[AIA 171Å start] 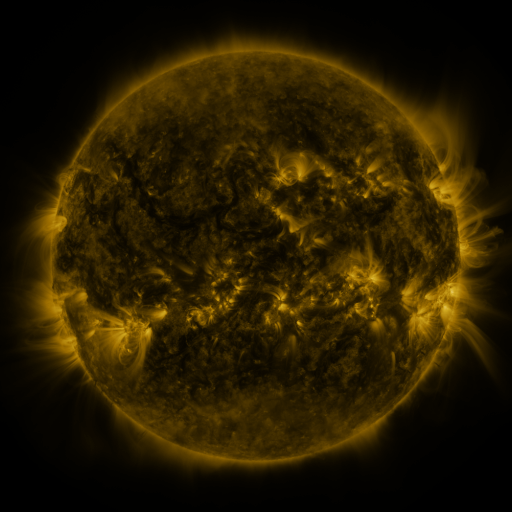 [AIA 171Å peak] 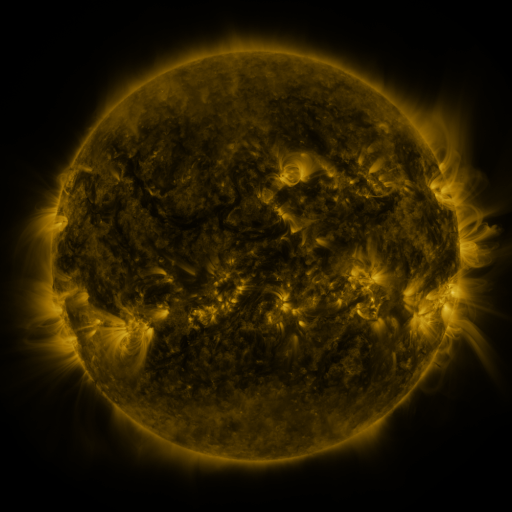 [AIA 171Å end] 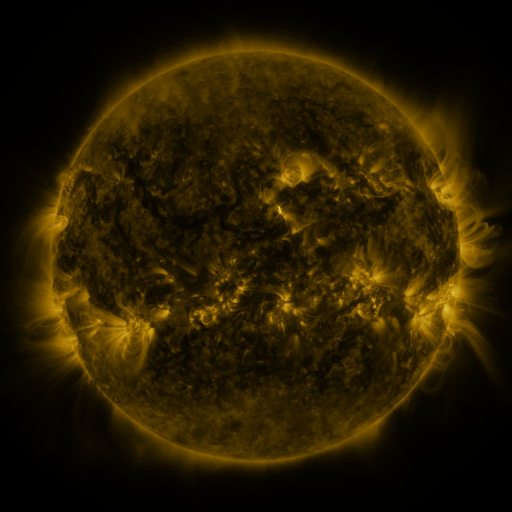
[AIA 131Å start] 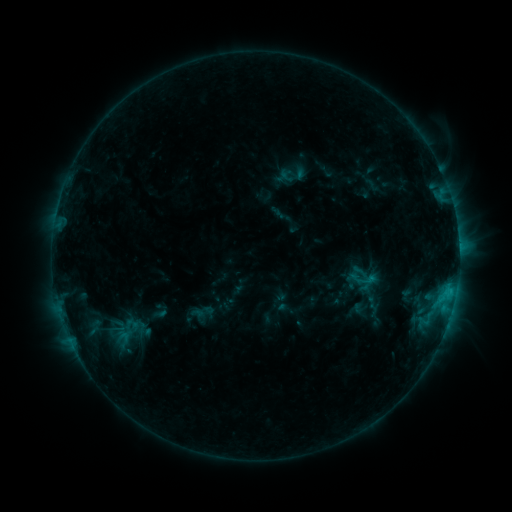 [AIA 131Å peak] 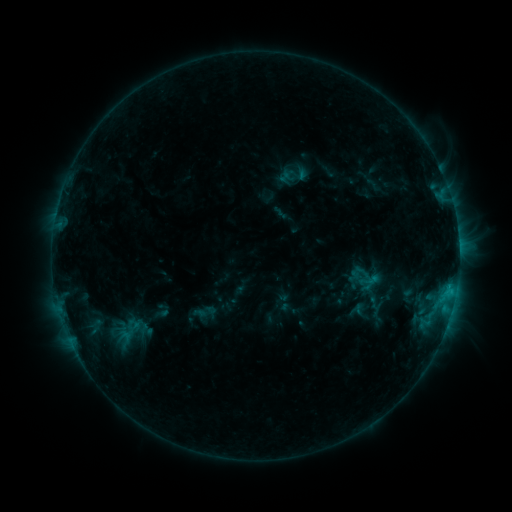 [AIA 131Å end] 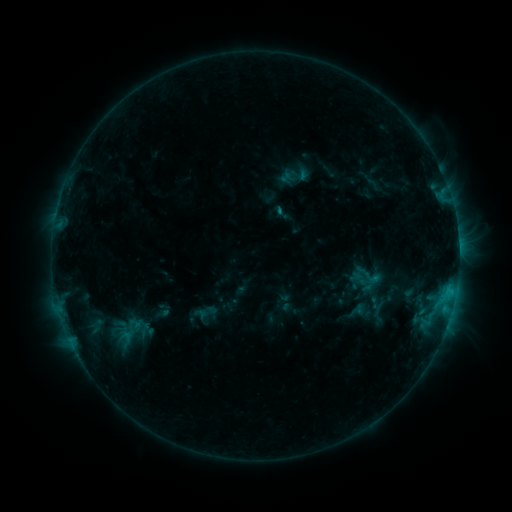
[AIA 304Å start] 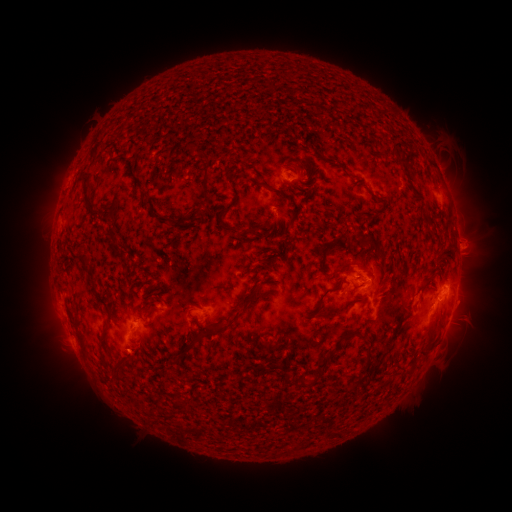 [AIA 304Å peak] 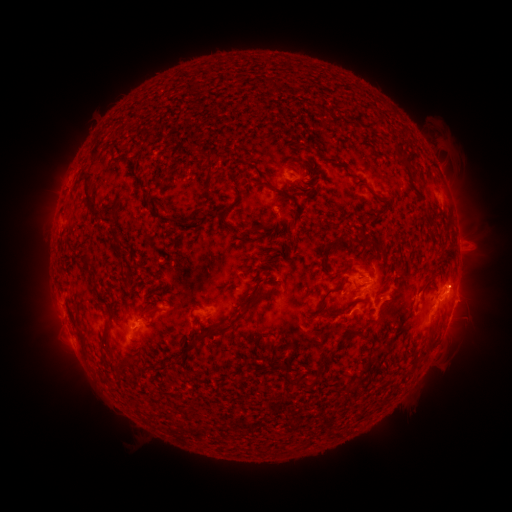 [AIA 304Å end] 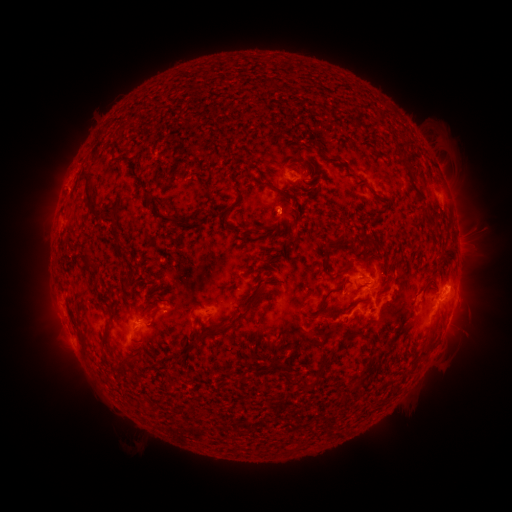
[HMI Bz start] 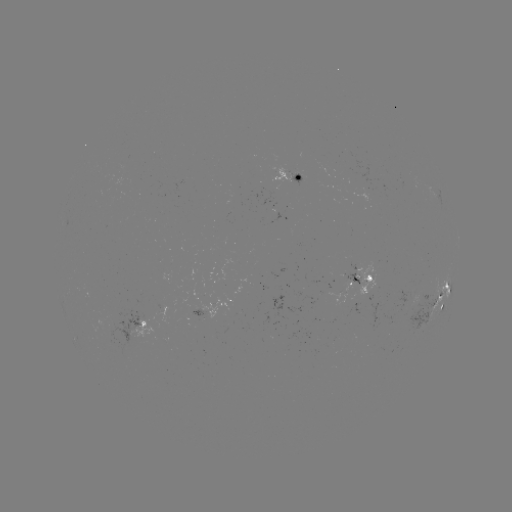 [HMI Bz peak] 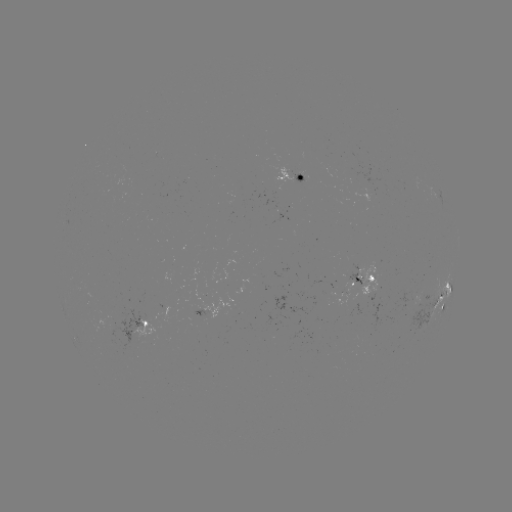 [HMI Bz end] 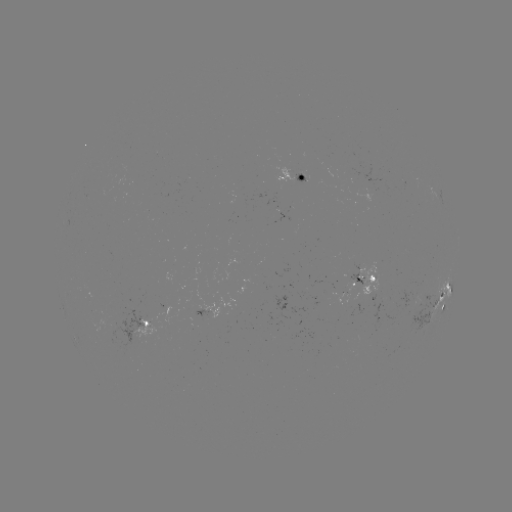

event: emerging-flux region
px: (363, 273)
